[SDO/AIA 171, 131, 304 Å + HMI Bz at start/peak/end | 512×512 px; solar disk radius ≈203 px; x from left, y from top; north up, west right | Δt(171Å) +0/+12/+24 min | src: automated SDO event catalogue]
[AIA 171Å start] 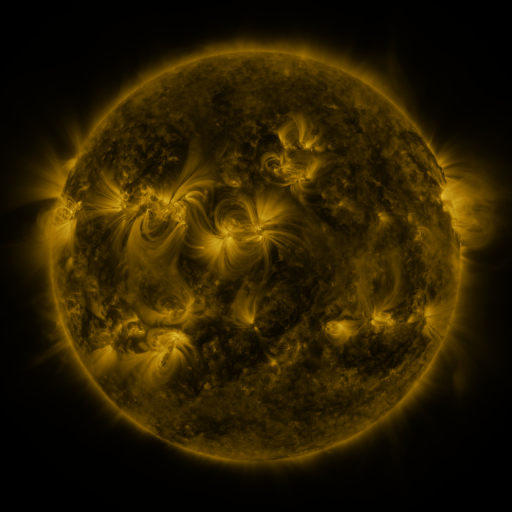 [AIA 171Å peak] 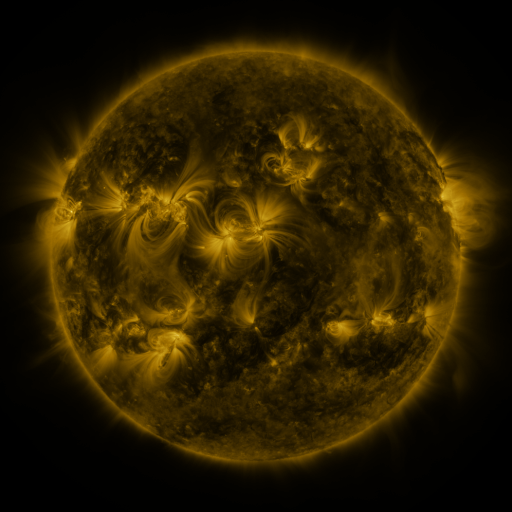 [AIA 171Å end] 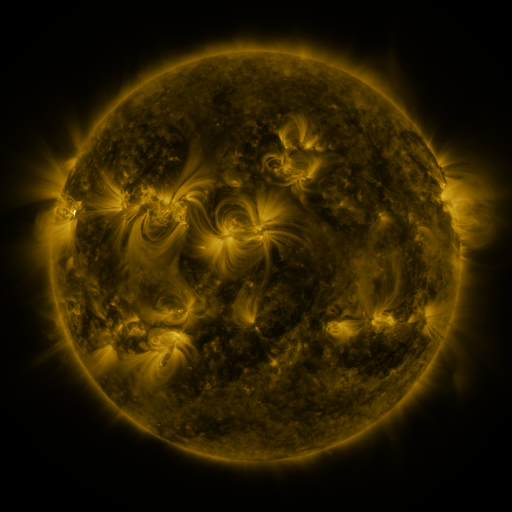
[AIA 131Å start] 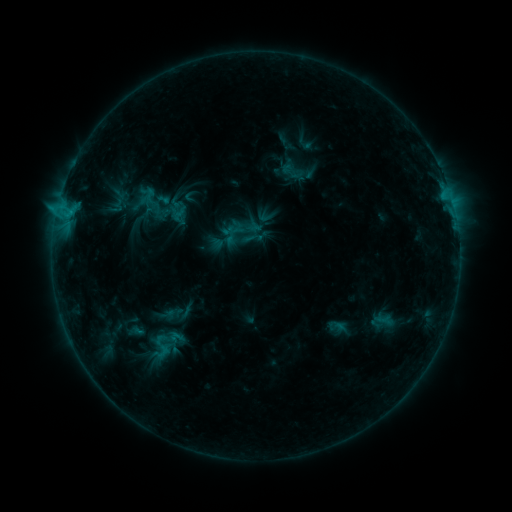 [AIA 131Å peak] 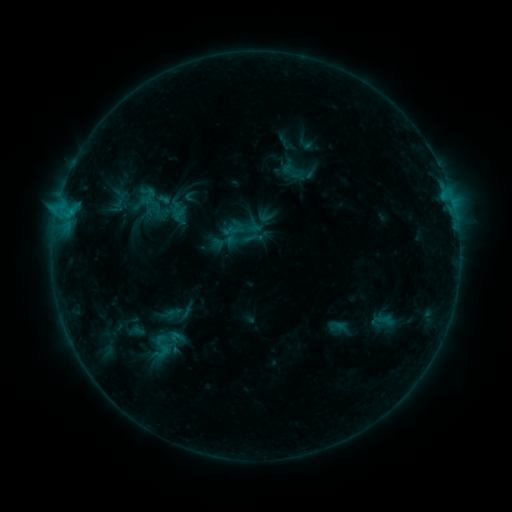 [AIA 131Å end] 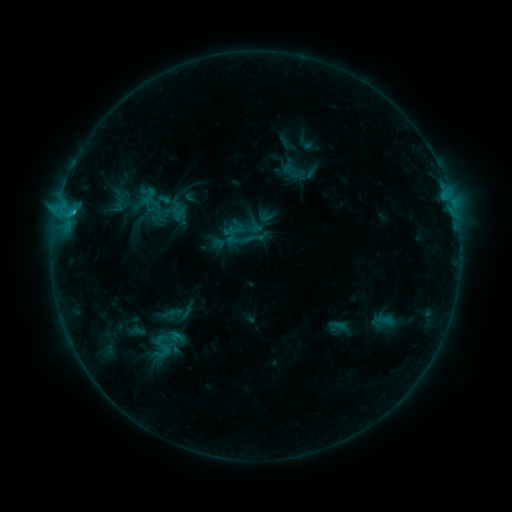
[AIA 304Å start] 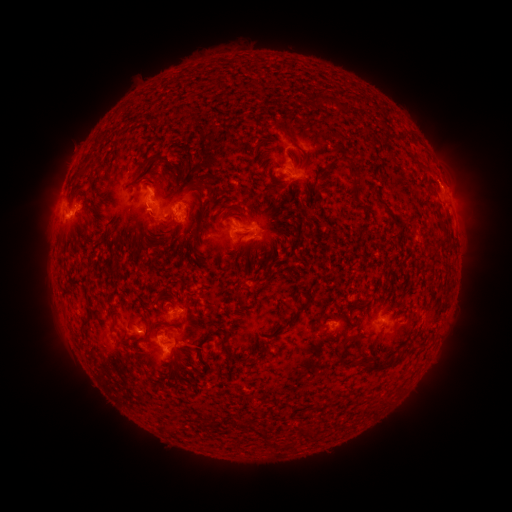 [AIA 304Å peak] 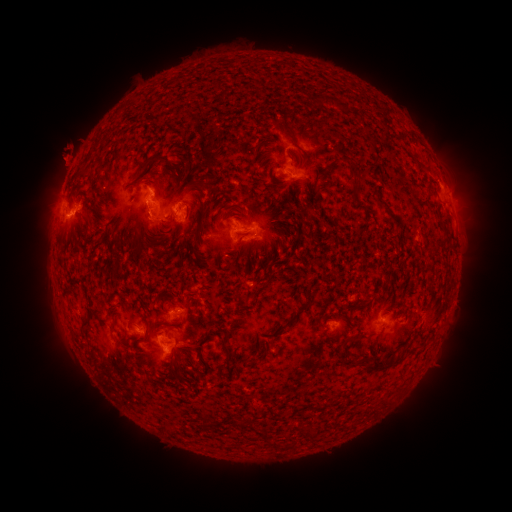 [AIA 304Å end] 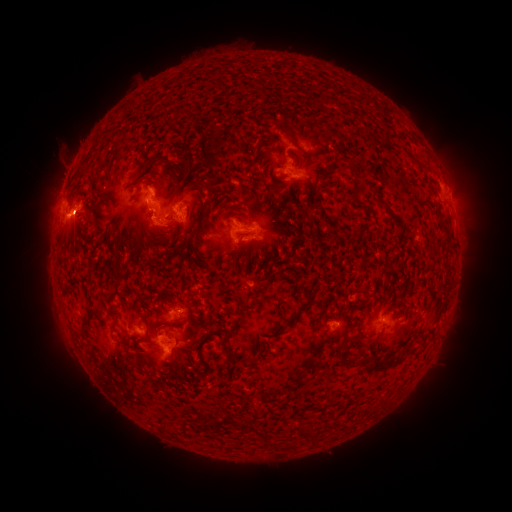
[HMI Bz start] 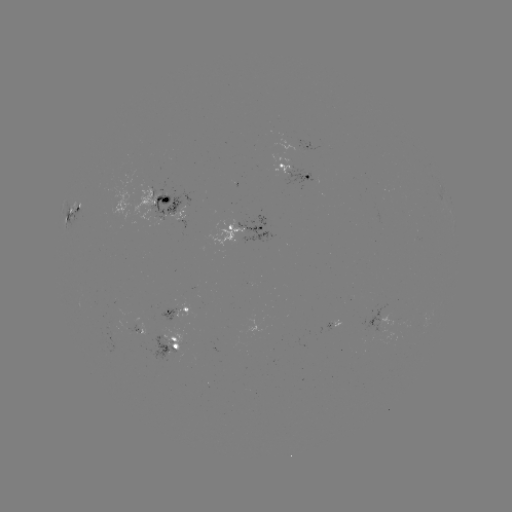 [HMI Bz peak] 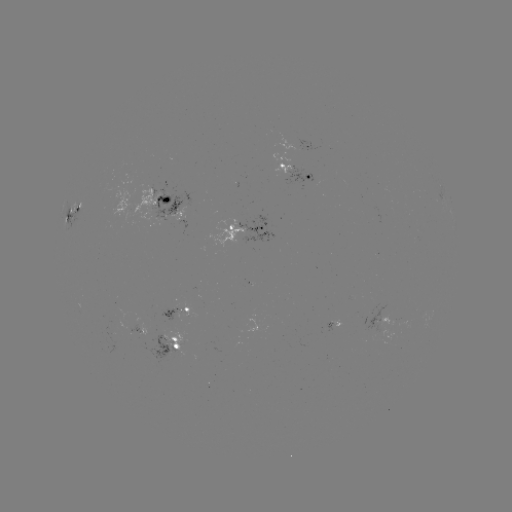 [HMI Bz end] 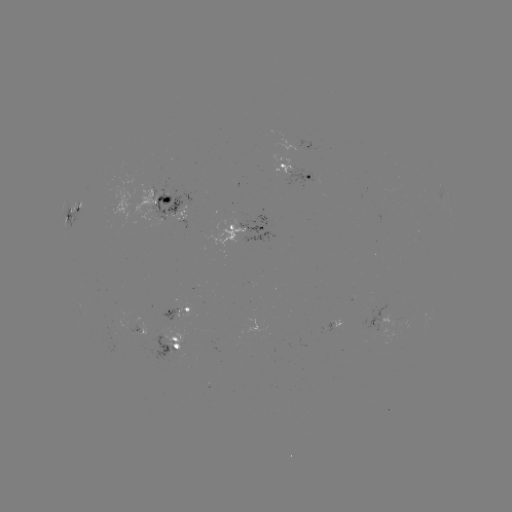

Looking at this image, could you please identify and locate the eruption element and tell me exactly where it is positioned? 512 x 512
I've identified eruption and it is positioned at (146, 226).